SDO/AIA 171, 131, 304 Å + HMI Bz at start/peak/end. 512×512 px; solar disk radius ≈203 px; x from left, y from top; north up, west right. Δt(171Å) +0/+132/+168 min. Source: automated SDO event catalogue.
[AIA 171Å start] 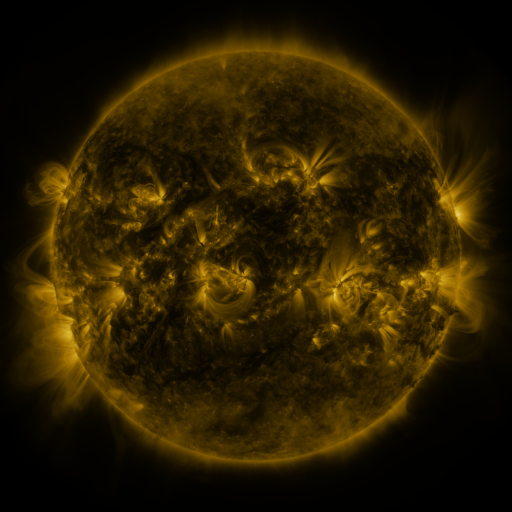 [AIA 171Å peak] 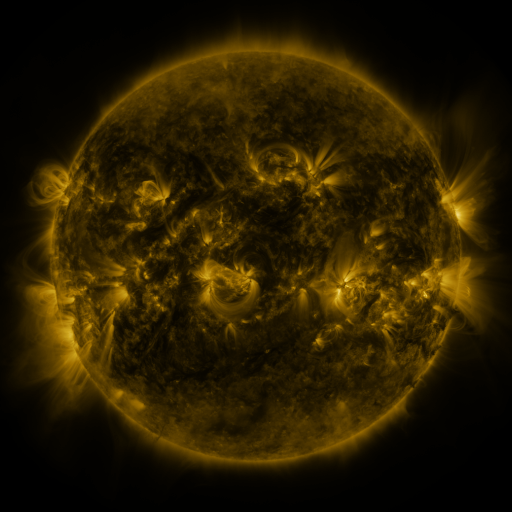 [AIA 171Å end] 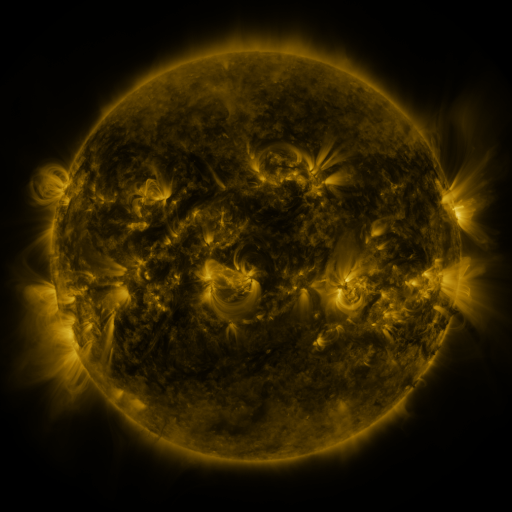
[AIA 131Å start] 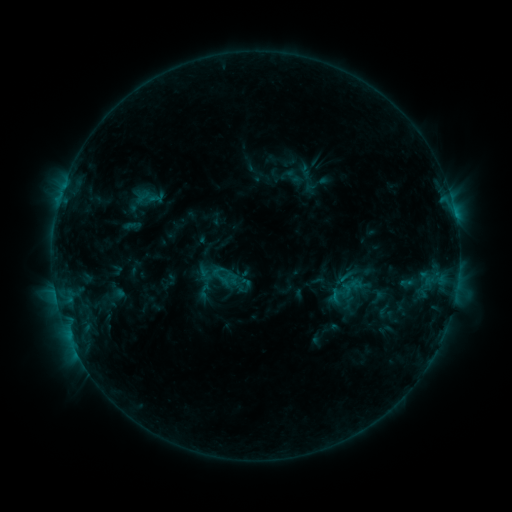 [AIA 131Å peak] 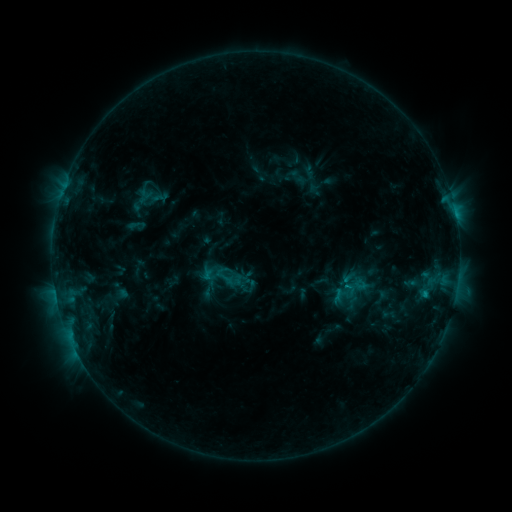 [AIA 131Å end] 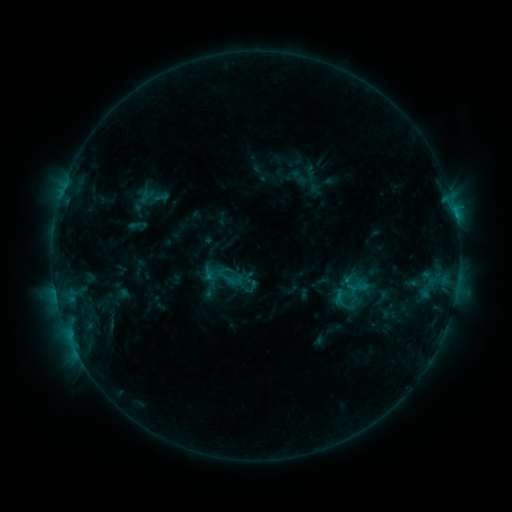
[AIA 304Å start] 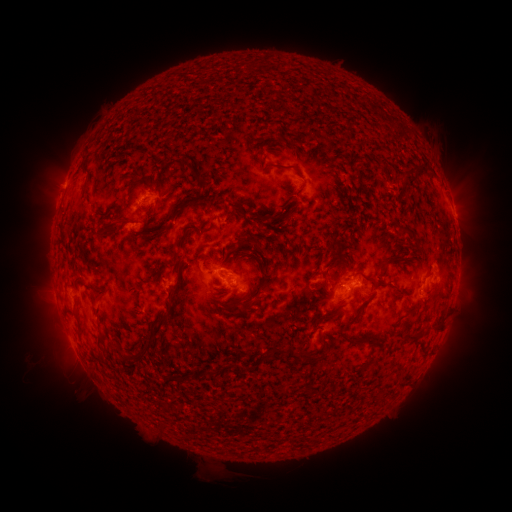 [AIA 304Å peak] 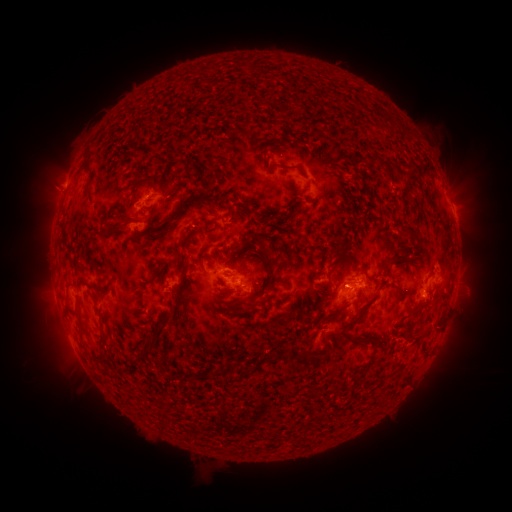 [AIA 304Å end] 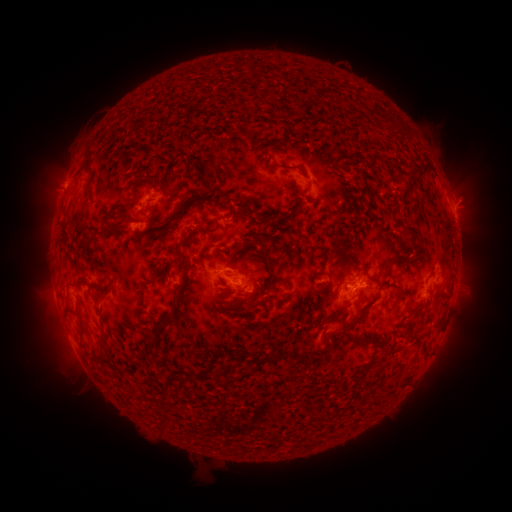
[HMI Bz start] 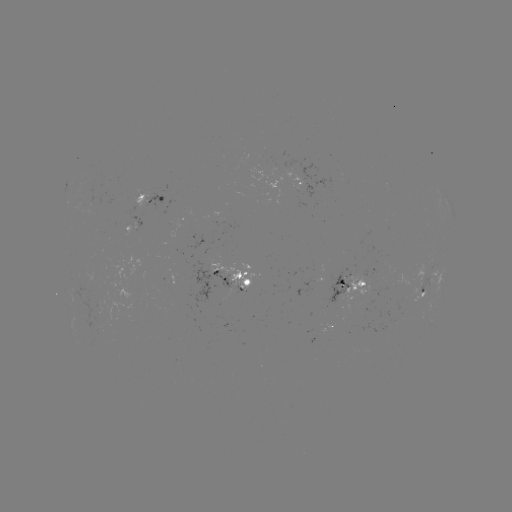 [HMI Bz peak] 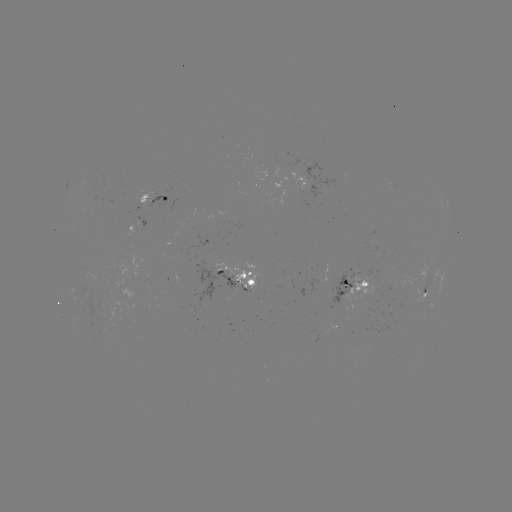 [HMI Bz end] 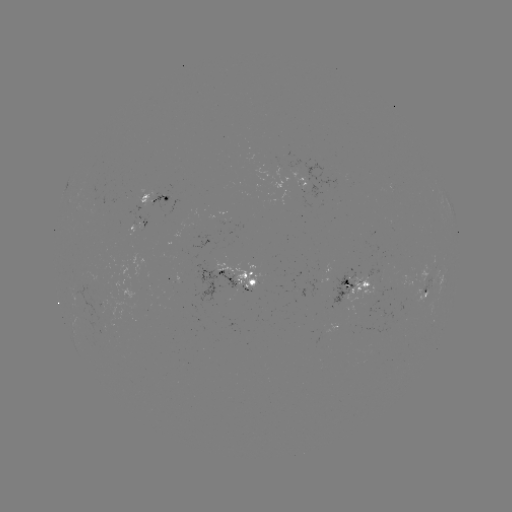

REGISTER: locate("emerging-flux region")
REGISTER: (308, 179)